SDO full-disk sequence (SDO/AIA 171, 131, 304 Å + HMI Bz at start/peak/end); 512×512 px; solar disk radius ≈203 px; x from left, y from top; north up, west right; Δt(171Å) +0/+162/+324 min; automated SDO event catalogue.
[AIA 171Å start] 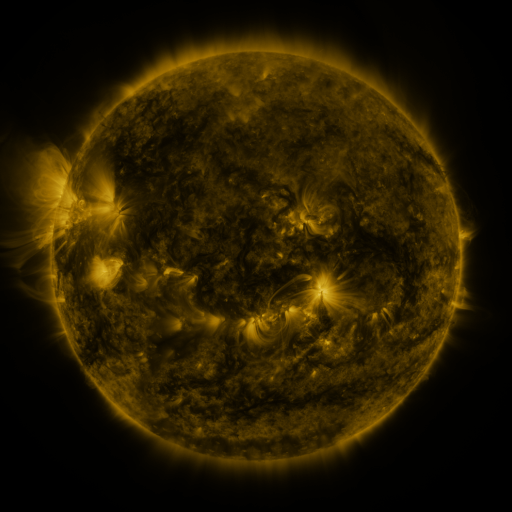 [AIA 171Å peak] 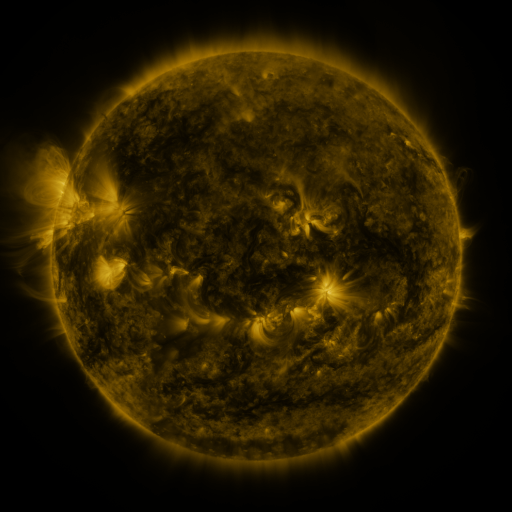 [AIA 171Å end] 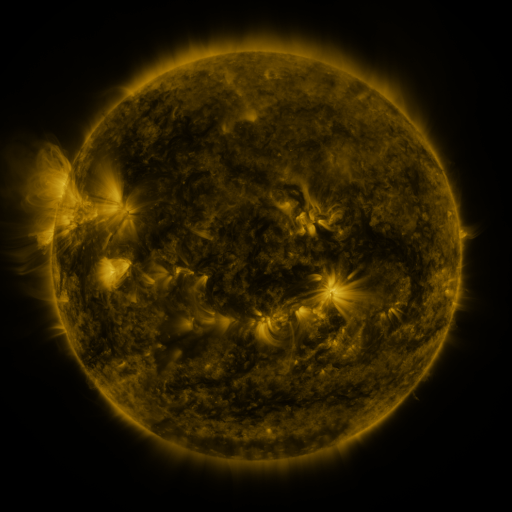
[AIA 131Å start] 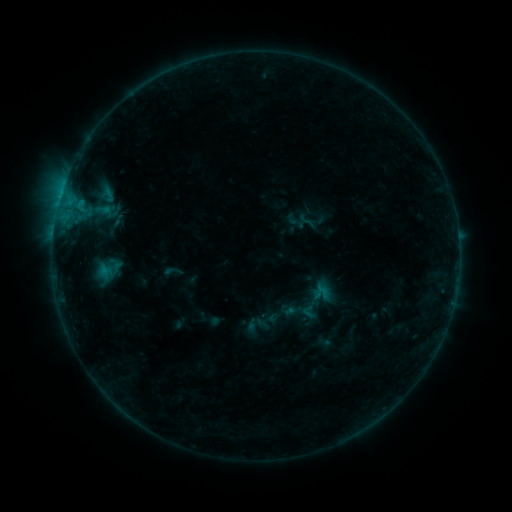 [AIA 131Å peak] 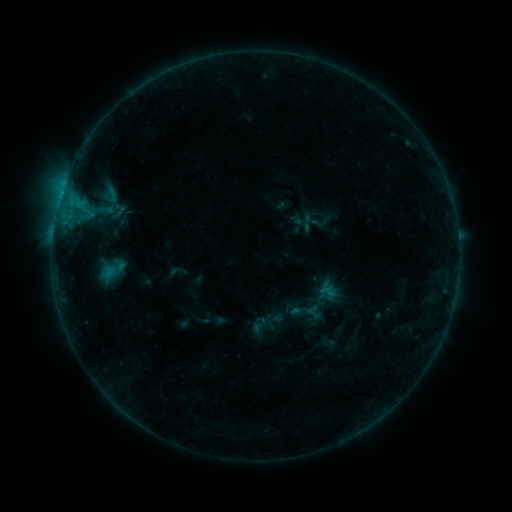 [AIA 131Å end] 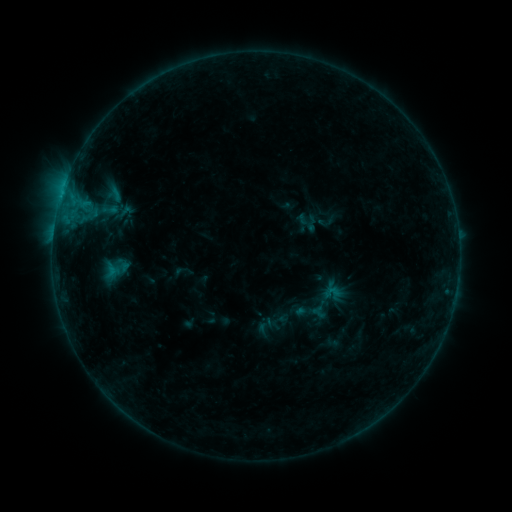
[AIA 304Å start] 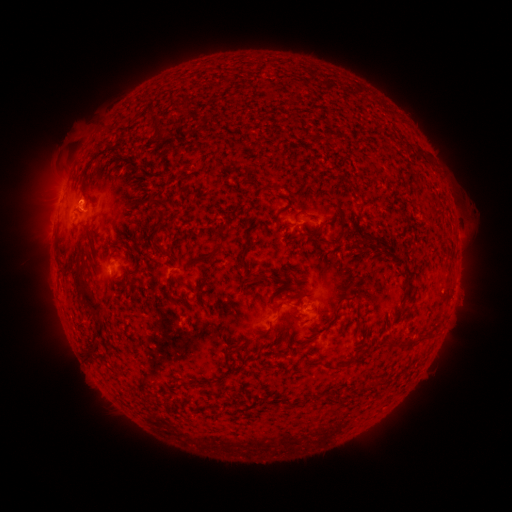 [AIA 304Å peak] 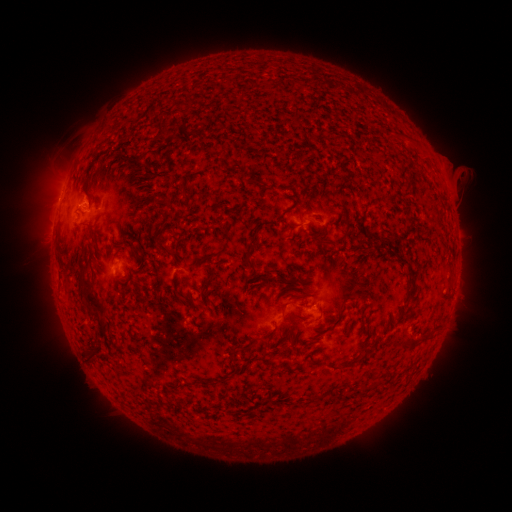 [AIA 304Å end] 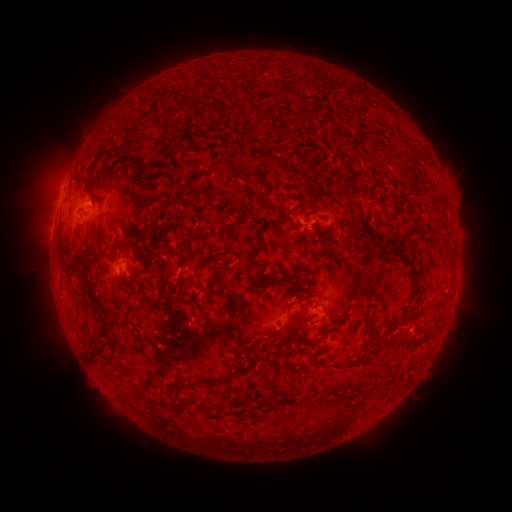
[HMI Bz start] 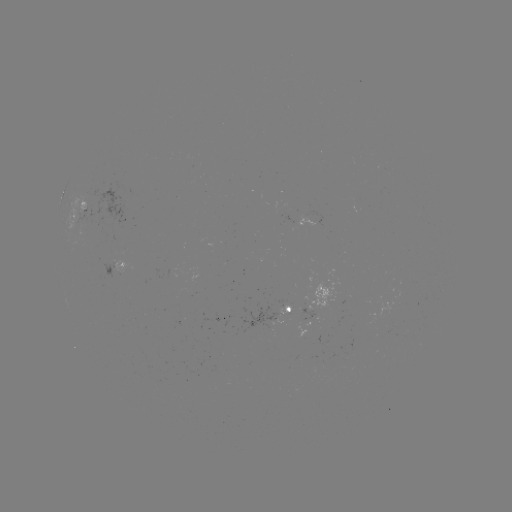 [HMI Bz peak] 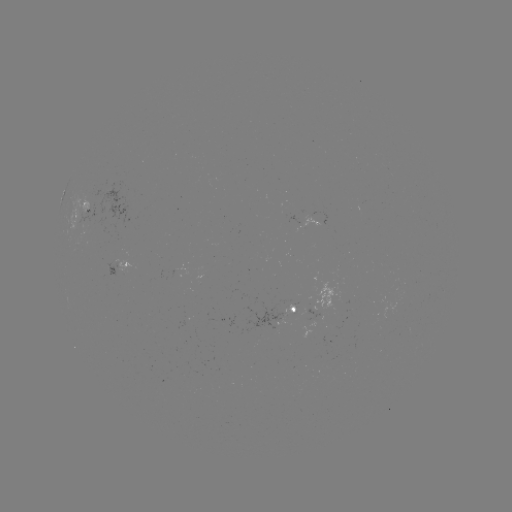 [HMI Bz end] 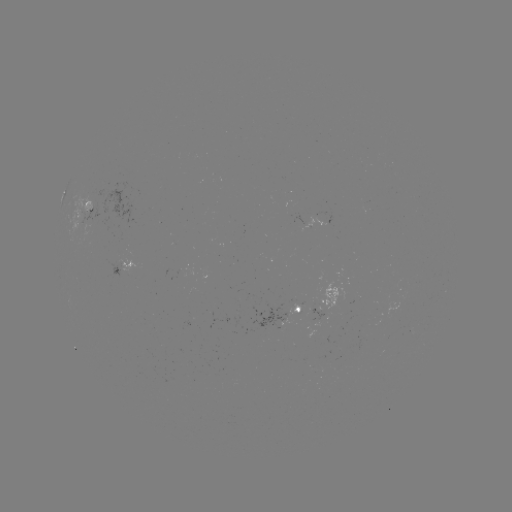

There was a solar filament eruption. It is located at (451, 221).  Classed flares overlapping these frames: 1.